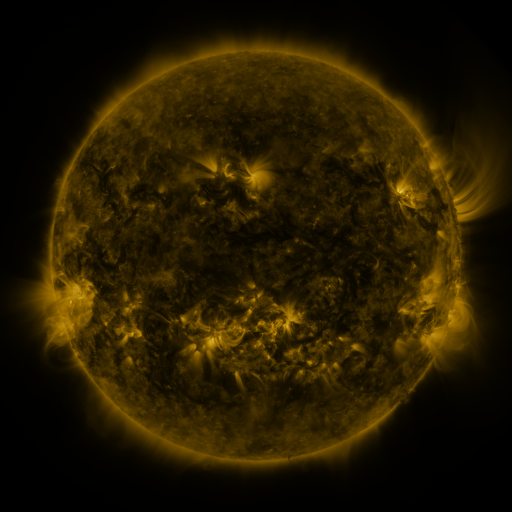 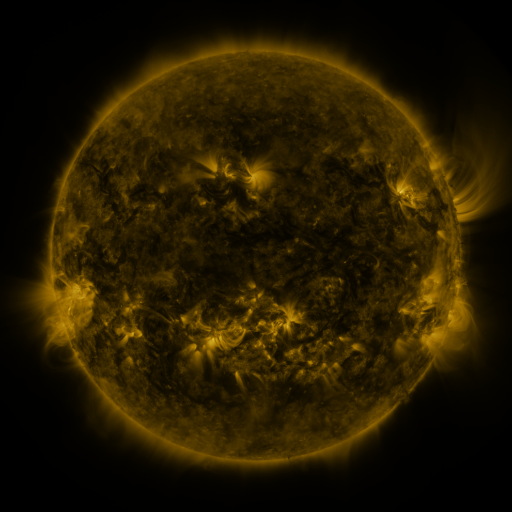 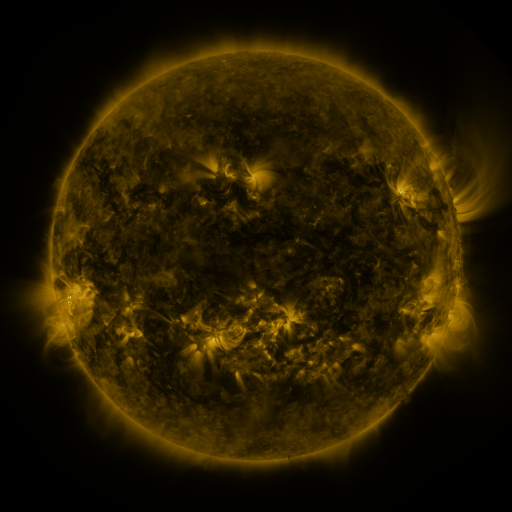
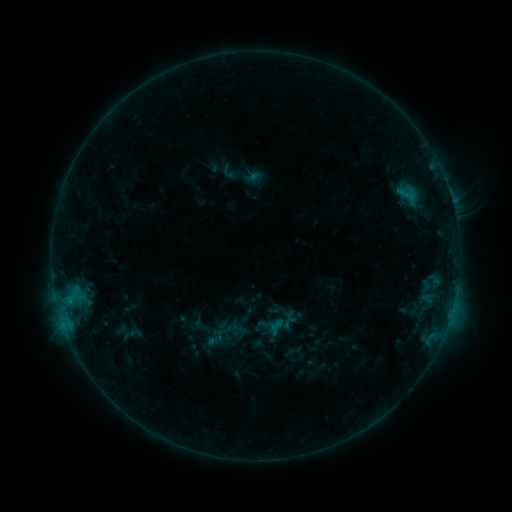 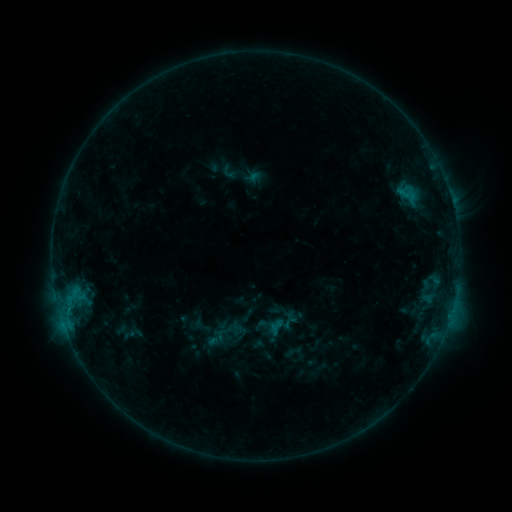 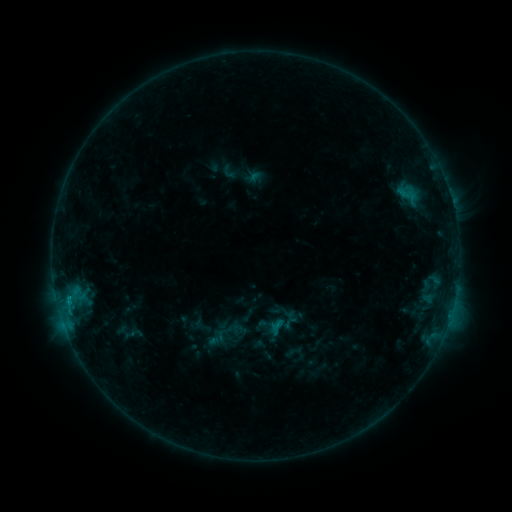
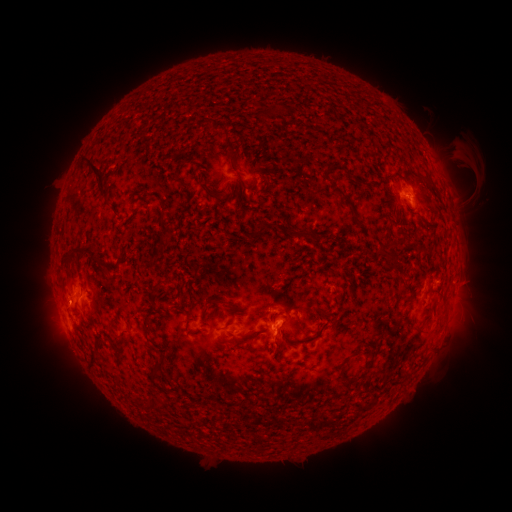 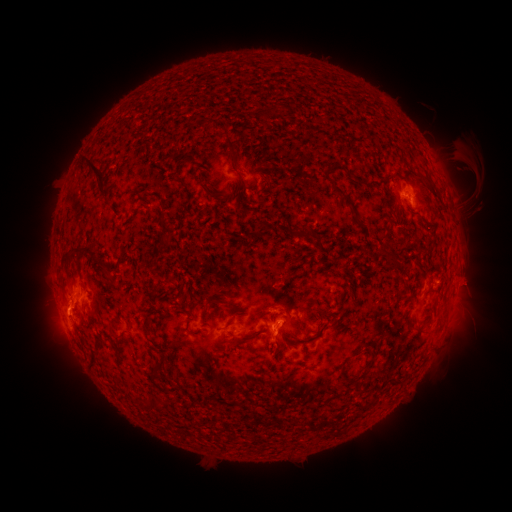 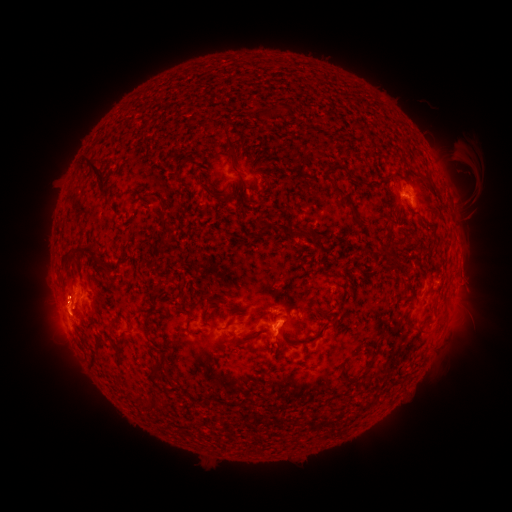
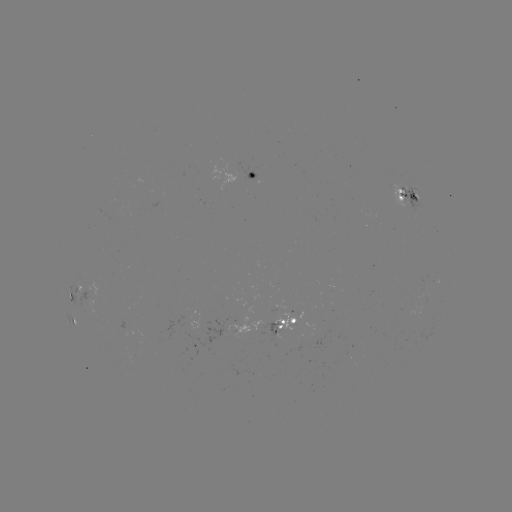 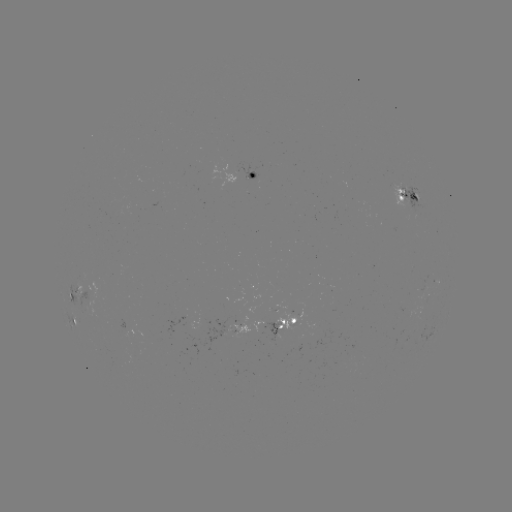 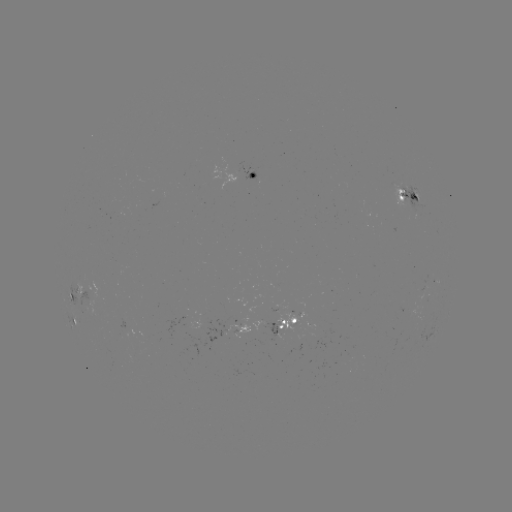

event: eruption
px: (63, 317)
